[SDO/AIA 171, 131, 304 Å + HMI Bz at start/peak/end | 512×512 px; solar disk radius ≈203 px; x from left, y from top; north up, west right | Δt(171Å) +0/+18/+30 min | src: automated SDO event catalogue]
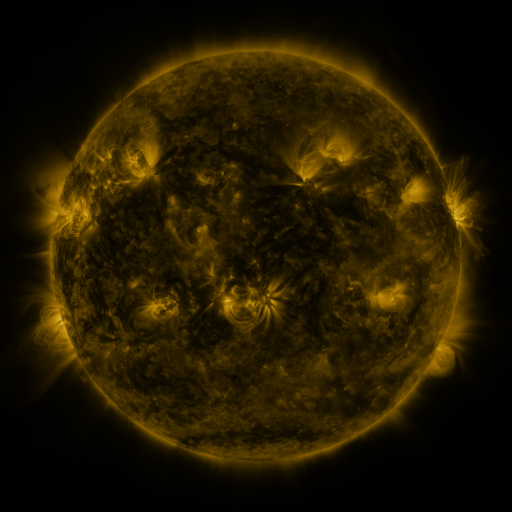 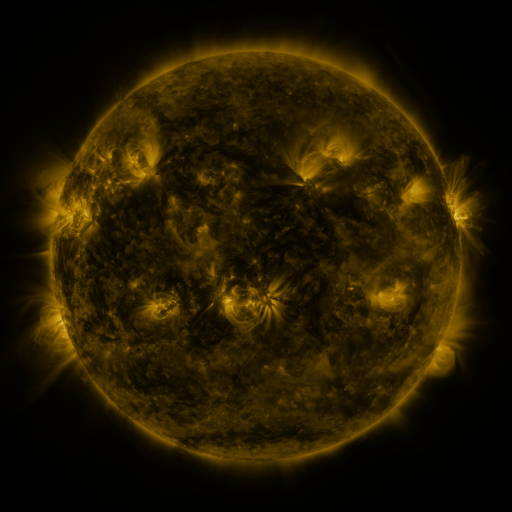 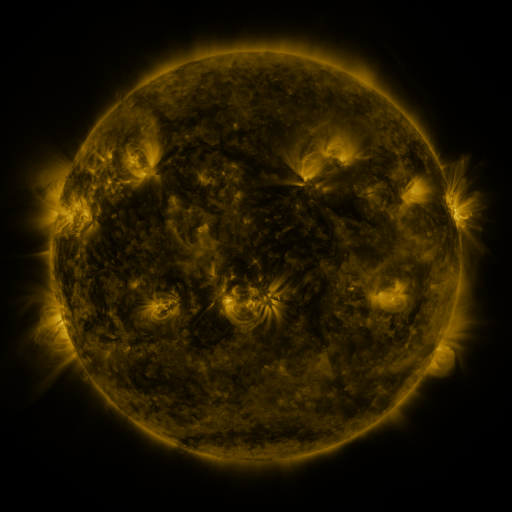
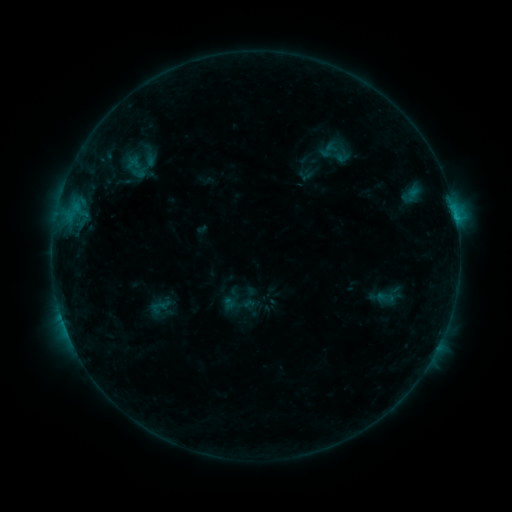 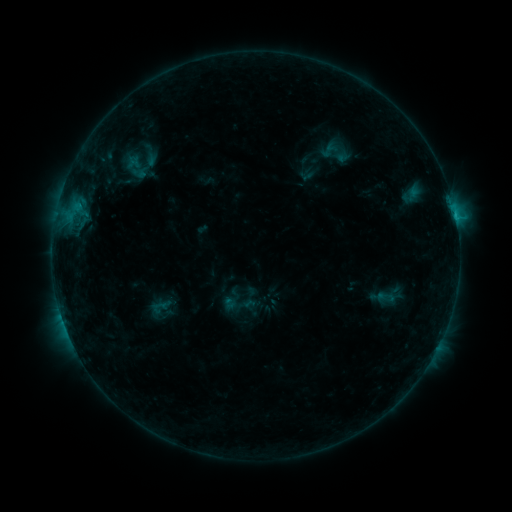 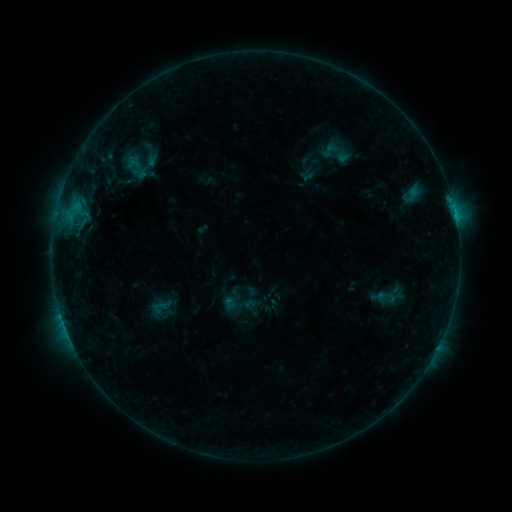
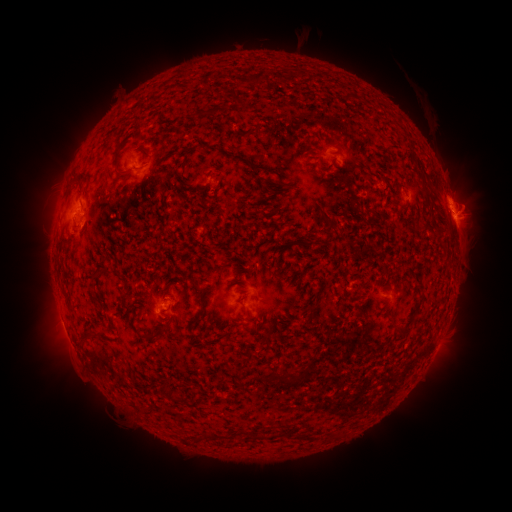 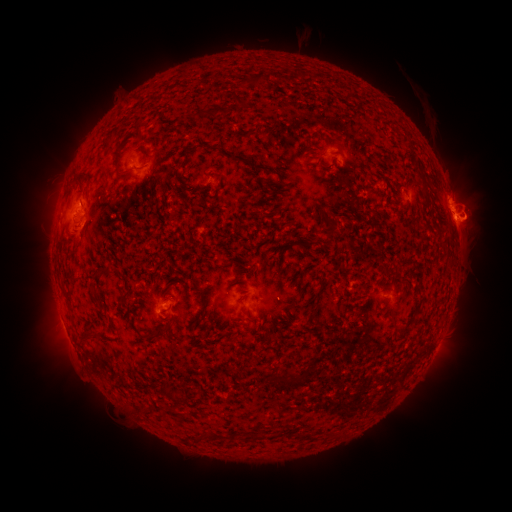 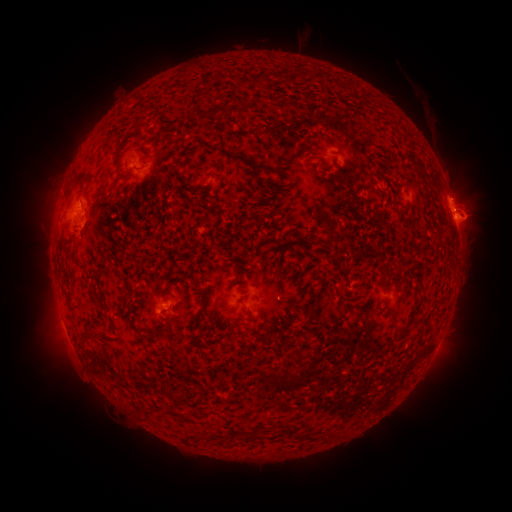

no classed flare was catalogued and no EUV brightening was flagged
